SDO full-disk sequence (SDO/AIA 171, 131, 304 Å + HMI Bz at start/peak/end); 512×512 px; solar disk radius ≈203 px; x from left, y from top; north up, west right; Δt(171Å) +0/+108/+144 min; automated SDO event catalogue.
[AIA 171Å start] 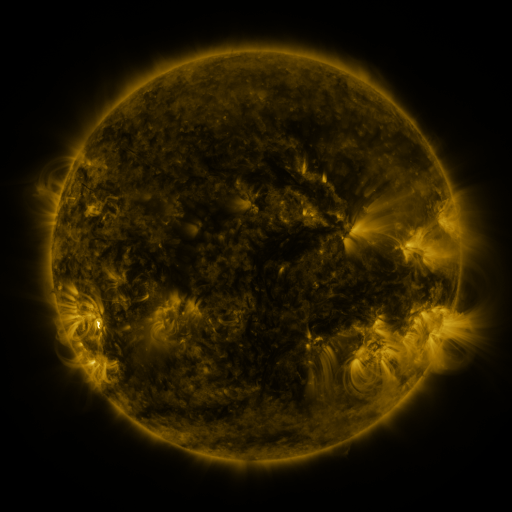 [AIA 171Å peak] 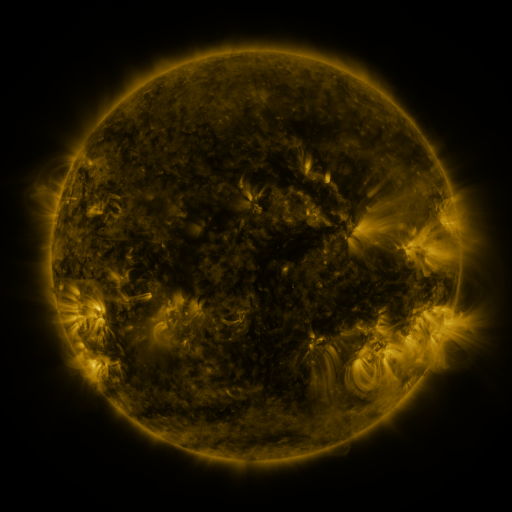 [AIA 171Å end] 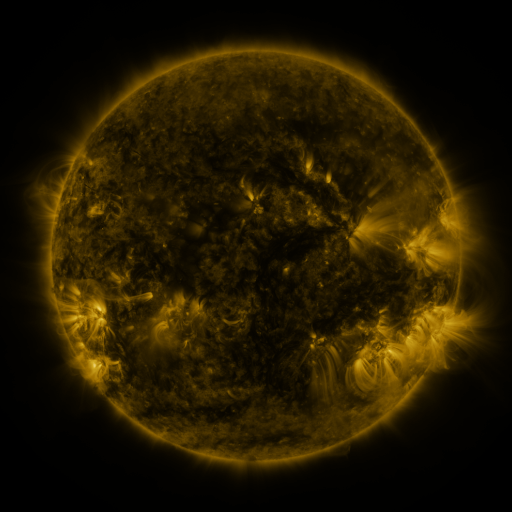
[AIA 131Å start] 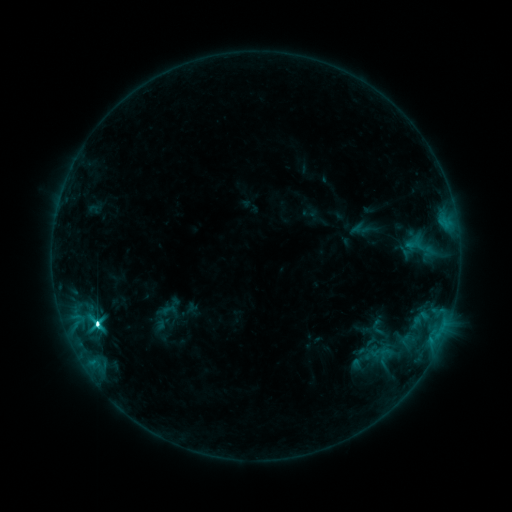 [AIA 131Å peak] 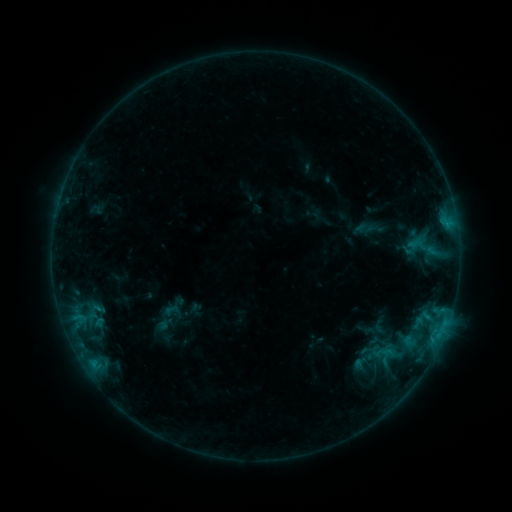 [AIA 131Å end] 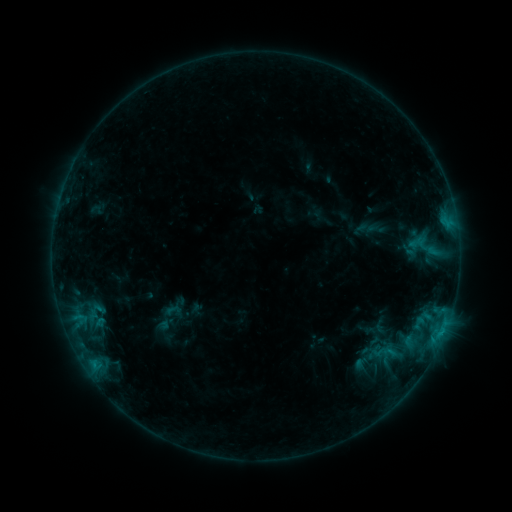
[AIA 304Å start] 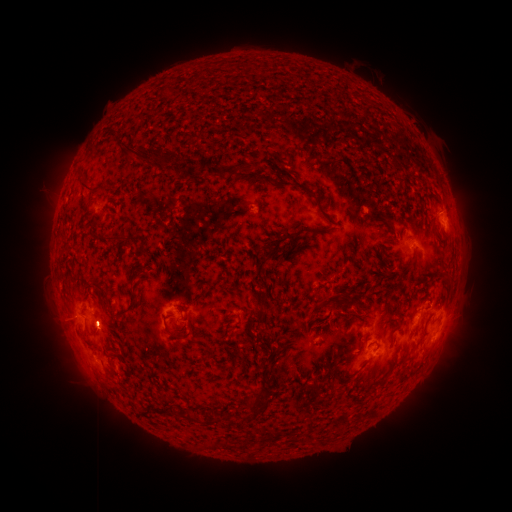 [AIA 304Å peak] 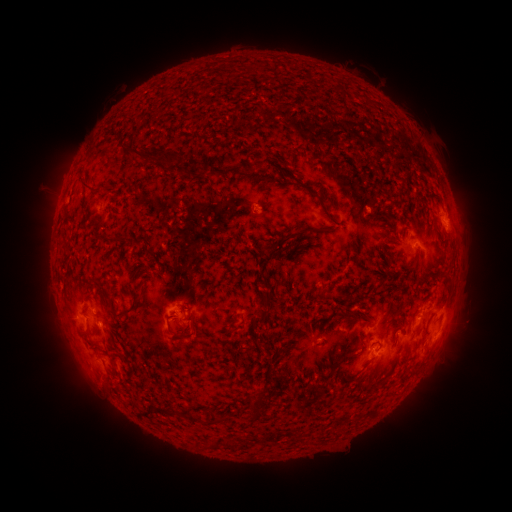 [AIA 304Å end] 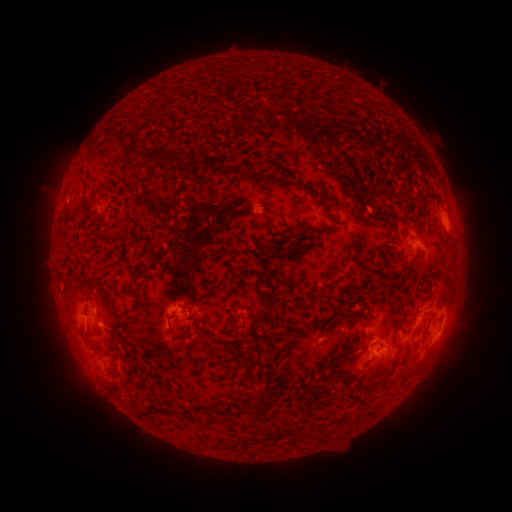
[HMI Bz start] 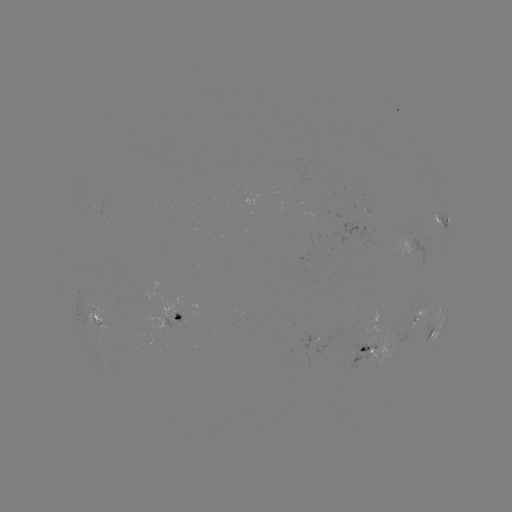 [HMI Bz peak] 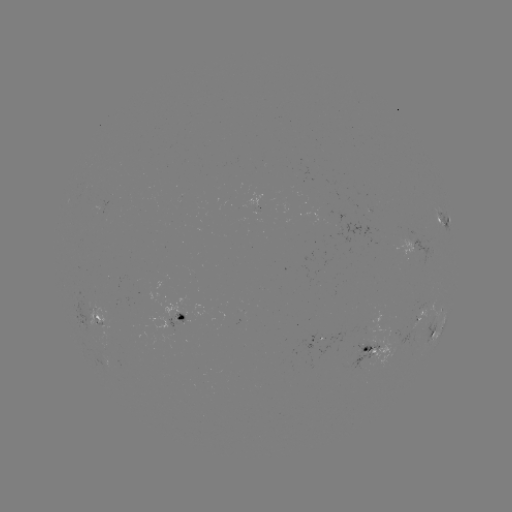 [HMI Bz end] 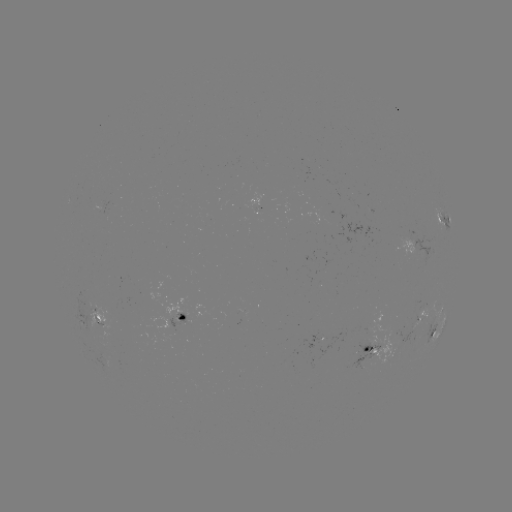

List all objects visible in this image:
emerging-flux region: (408, 242)
